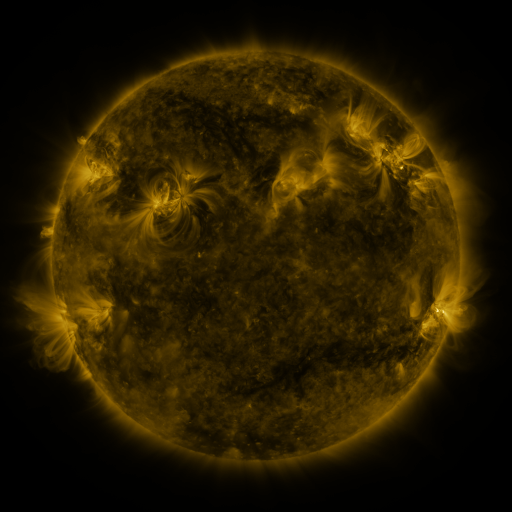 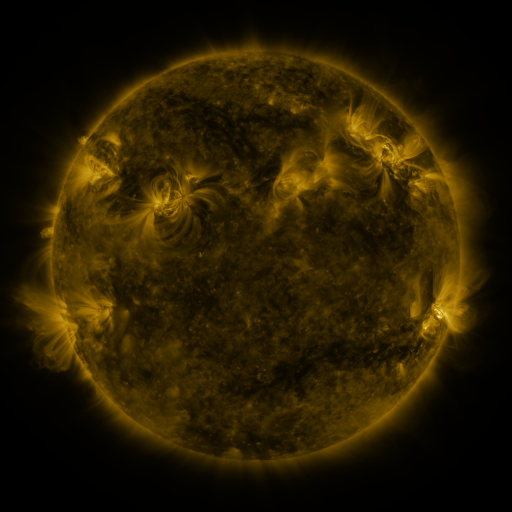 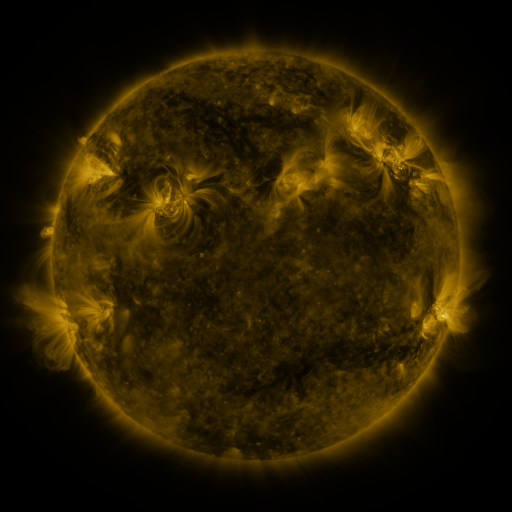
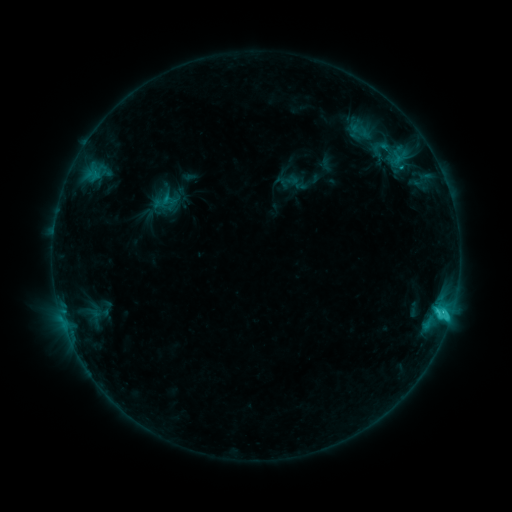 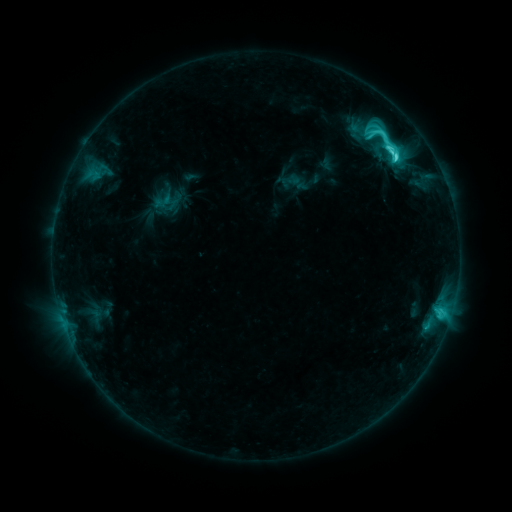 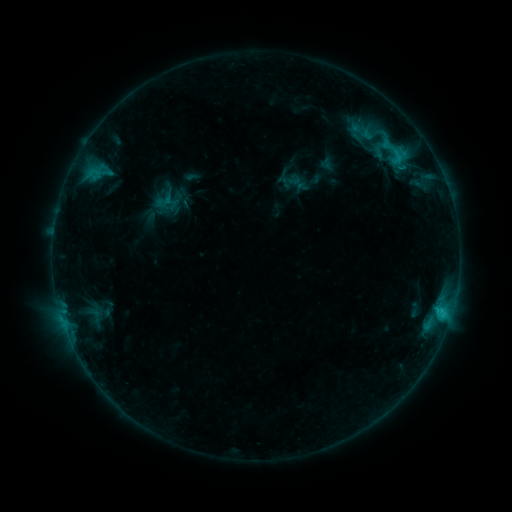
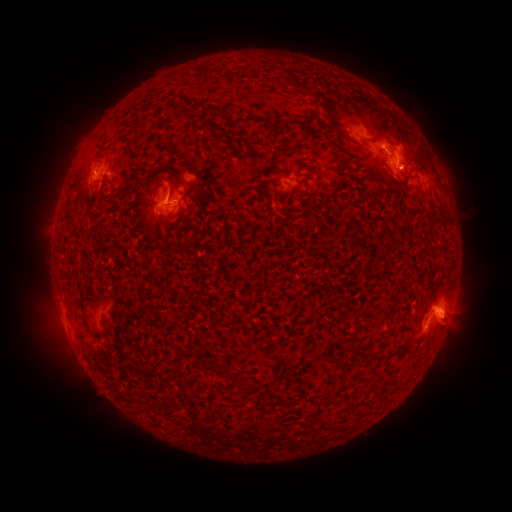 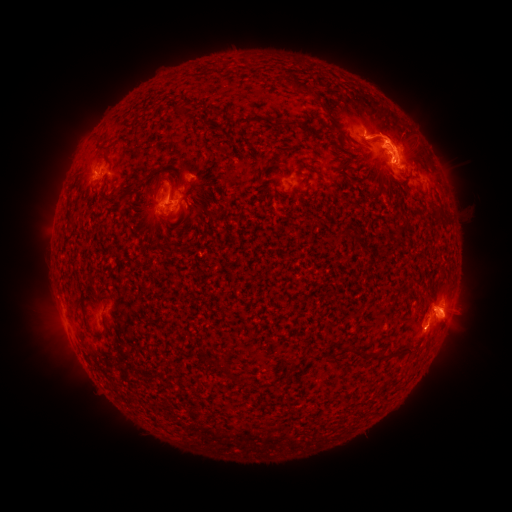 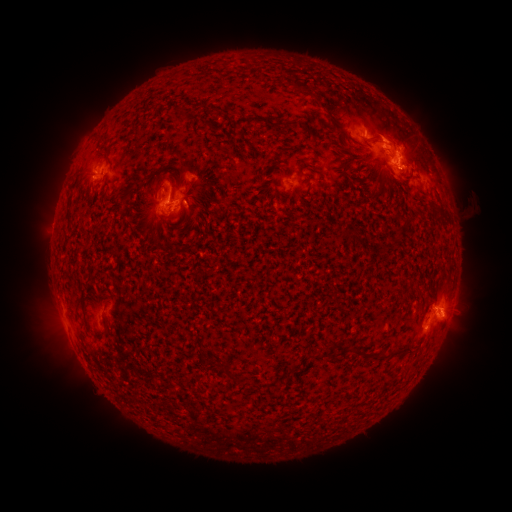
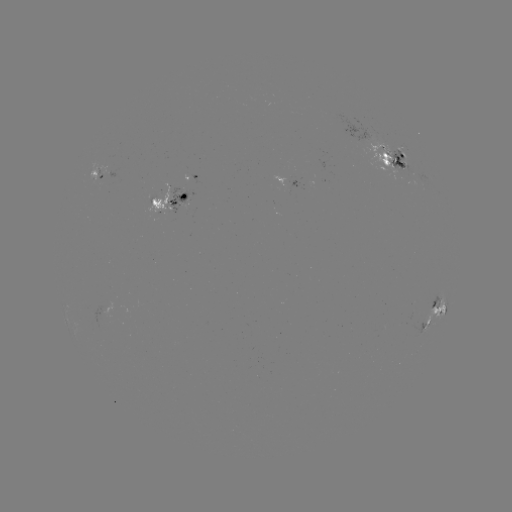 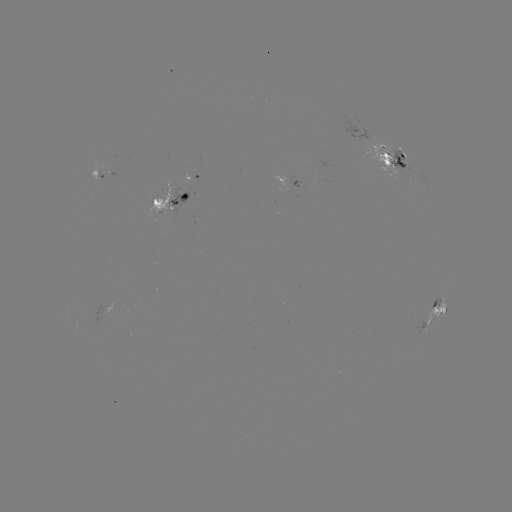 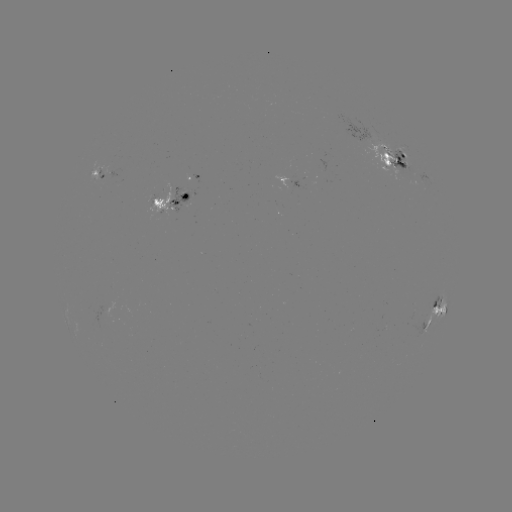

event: emerging-flux region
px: (184, 187)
